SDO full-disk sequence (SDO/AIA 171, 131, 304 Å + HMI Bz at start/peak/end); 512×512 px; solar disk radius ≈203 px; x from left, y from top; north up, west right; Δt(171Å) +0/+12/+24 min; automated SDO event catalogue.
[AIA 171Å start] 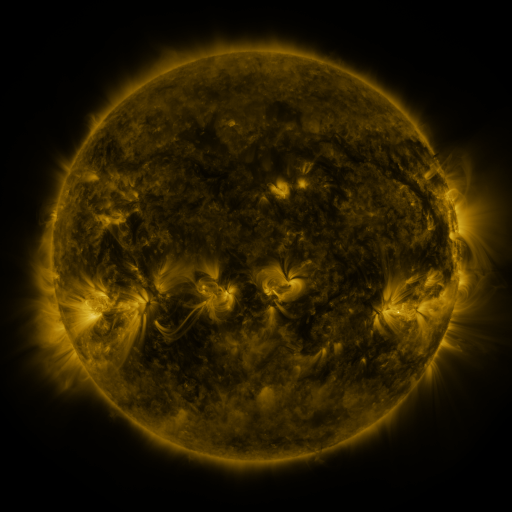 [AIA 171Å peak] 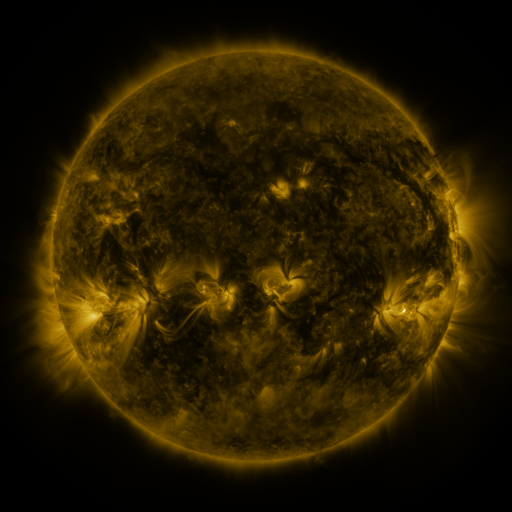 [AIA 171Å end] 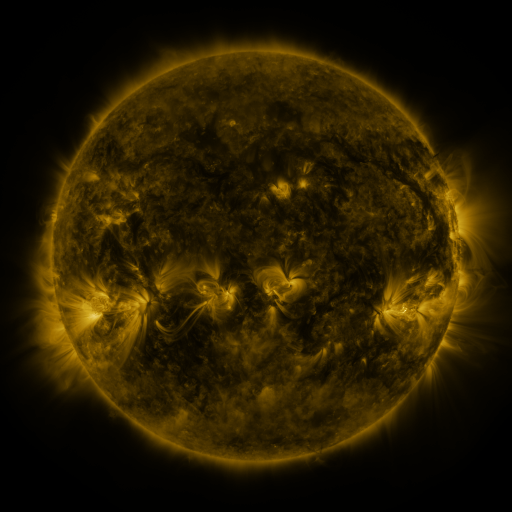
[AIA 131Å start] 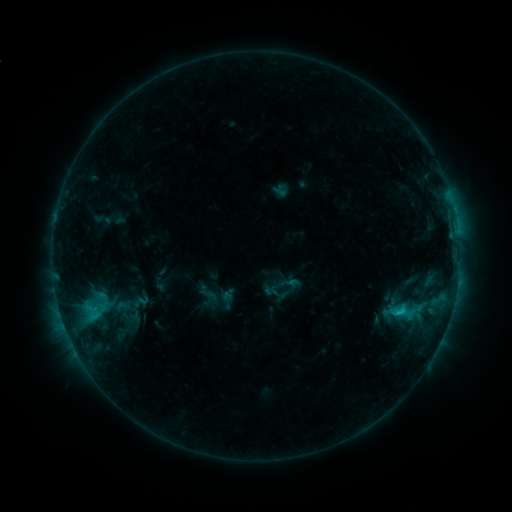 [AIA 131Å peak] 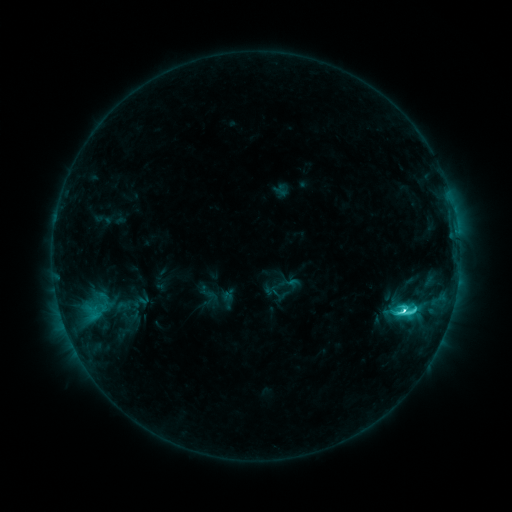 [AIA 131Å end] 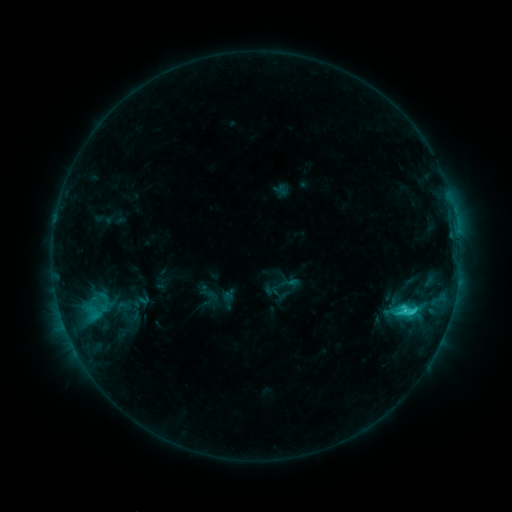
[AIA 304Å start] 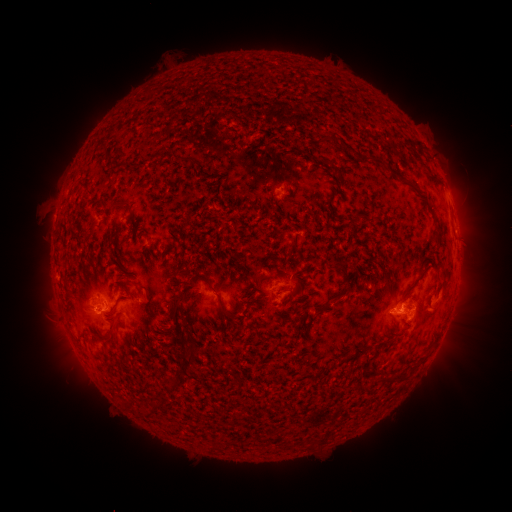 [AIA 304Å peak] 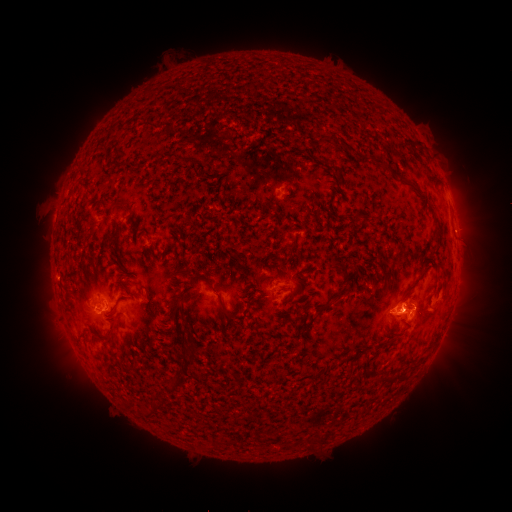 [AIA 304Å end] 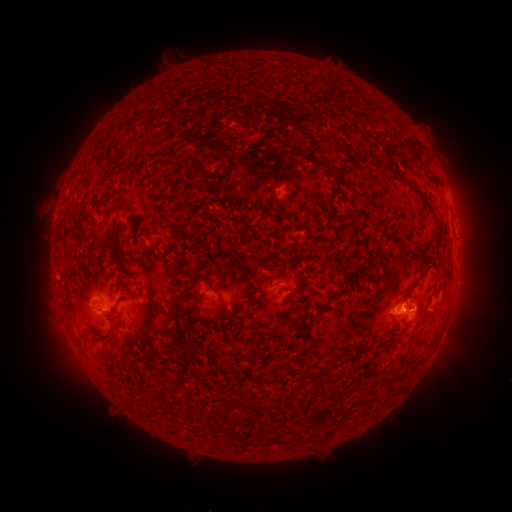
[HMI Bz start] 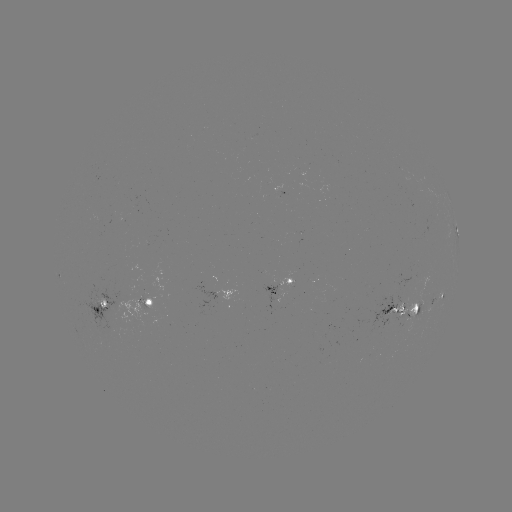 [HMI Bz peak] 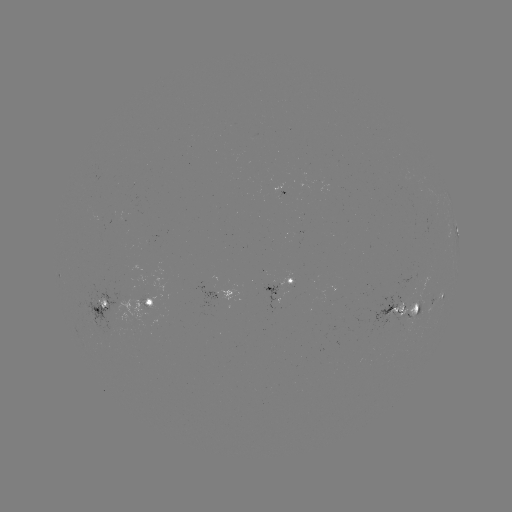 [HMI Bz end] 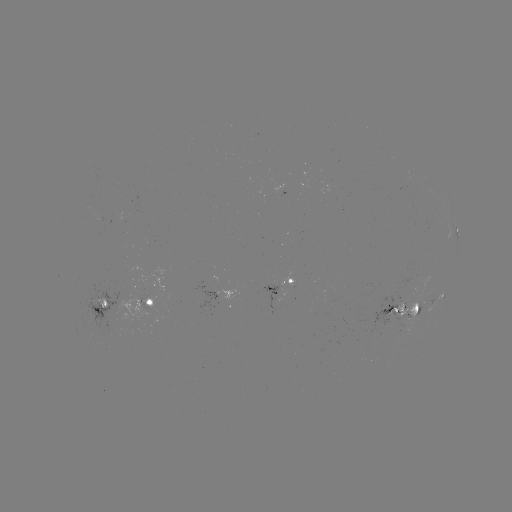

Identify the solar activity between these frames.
C5.1 flare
